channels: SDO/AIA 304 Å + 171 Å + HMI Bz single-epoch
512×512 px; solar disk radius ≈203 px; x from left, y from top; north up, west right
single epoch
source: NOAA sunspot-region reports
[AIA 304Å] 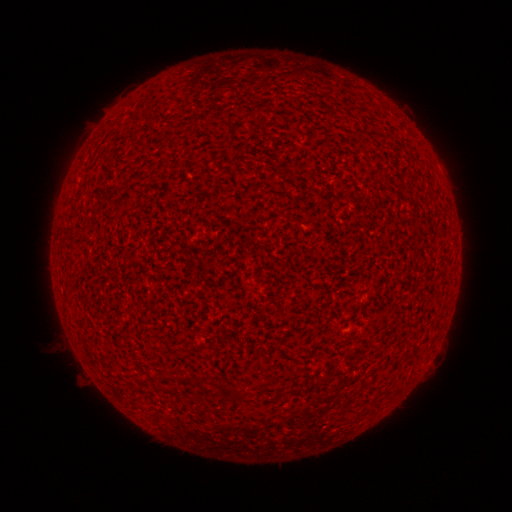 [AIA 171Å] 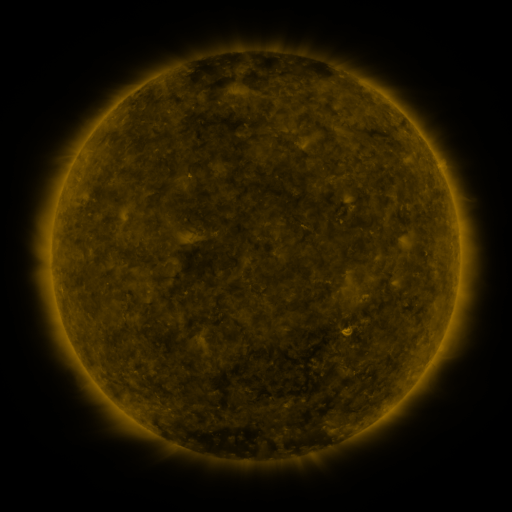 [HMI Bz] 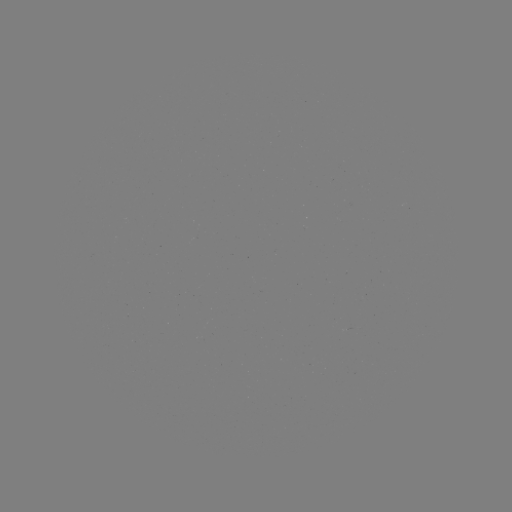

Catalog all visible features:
(none)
